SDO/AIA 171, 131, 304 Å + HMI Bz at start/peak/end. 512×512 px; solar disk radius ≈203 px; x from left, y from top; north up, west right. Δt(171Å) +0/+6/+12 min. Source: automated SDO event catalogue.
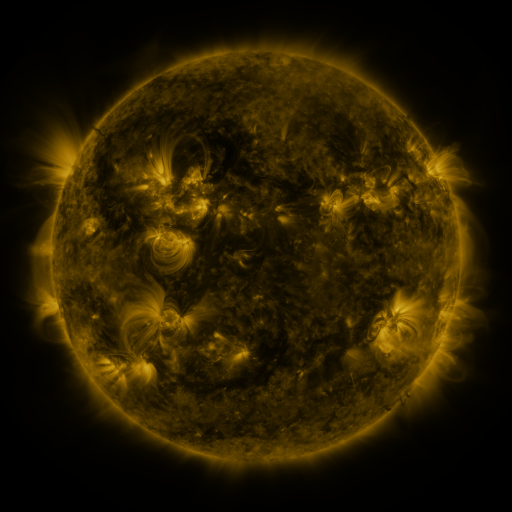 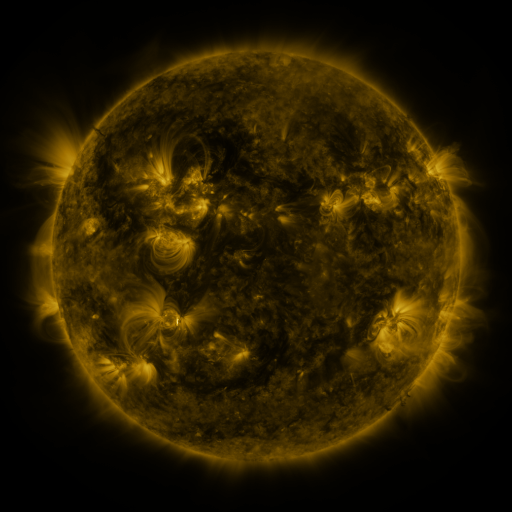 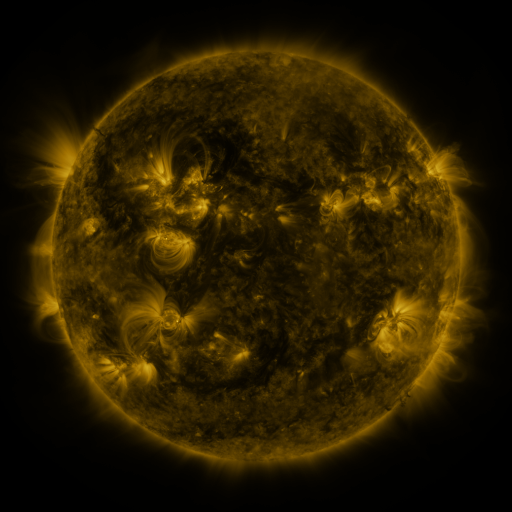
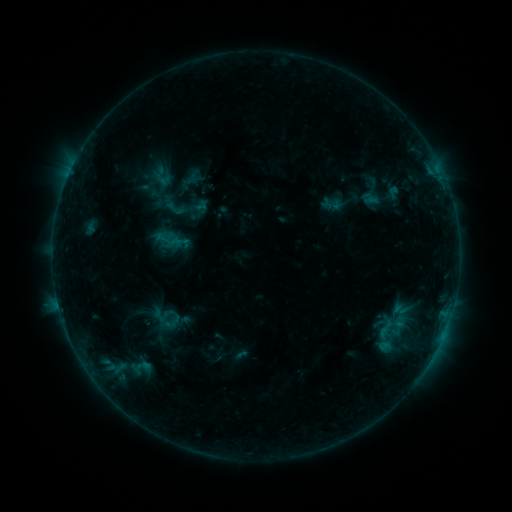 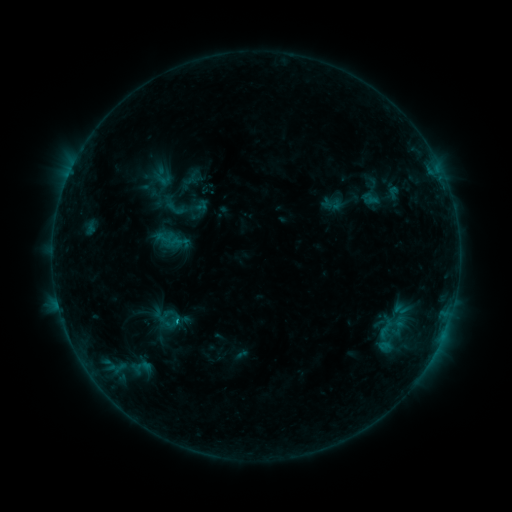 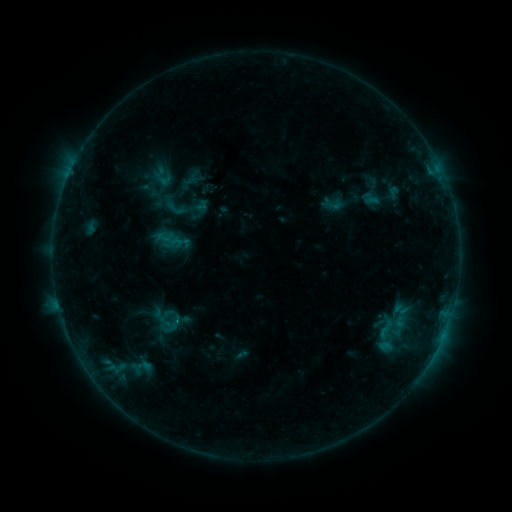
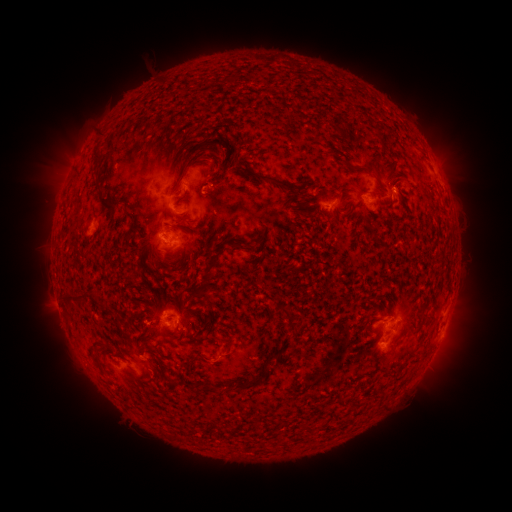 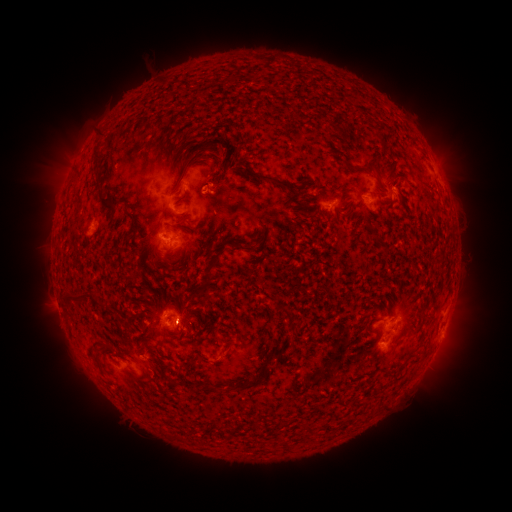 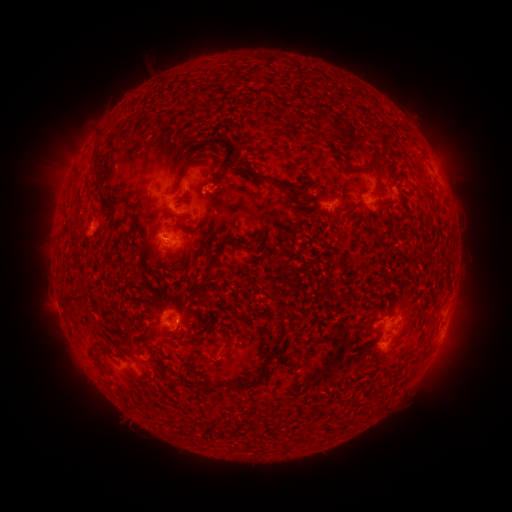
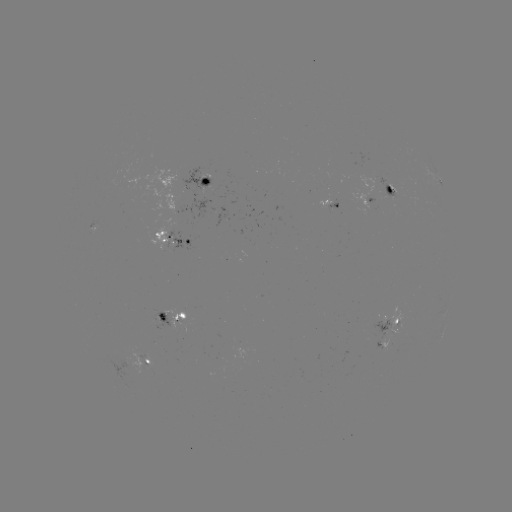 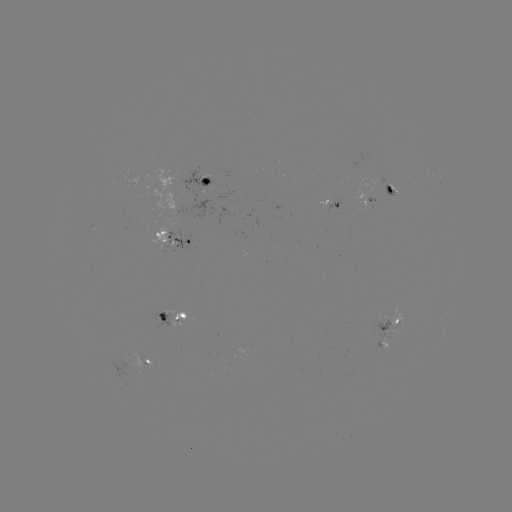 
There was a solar flare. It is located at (213, 195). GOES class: C1.1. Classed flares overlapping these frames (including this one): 1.